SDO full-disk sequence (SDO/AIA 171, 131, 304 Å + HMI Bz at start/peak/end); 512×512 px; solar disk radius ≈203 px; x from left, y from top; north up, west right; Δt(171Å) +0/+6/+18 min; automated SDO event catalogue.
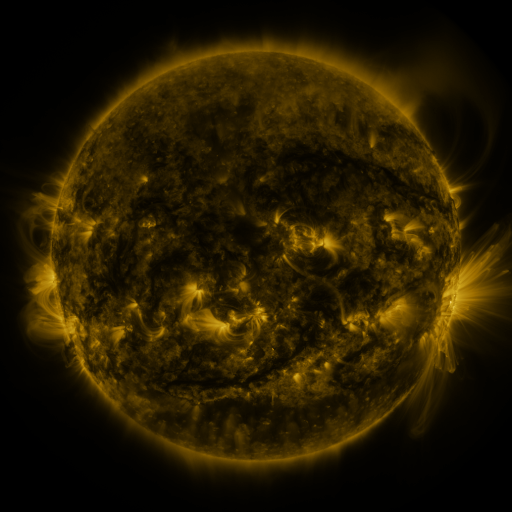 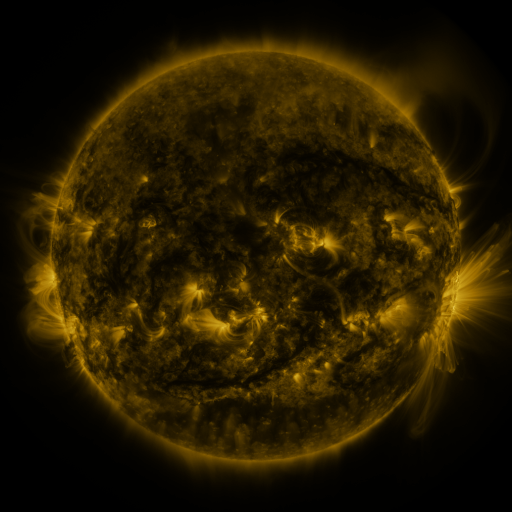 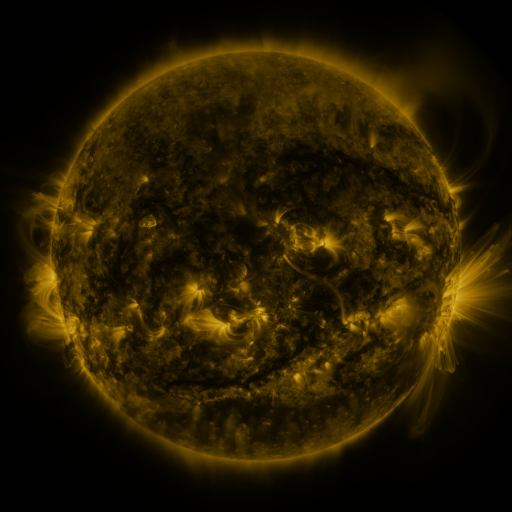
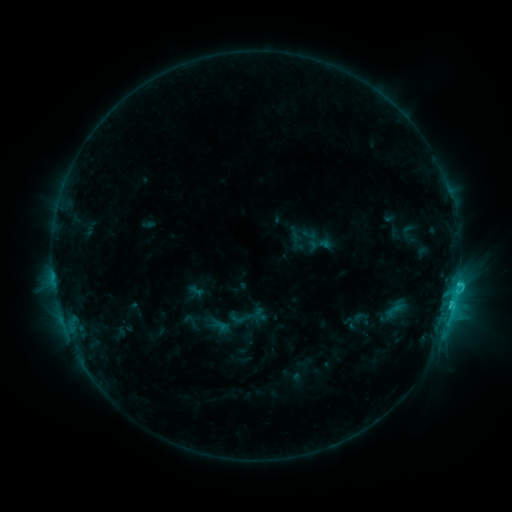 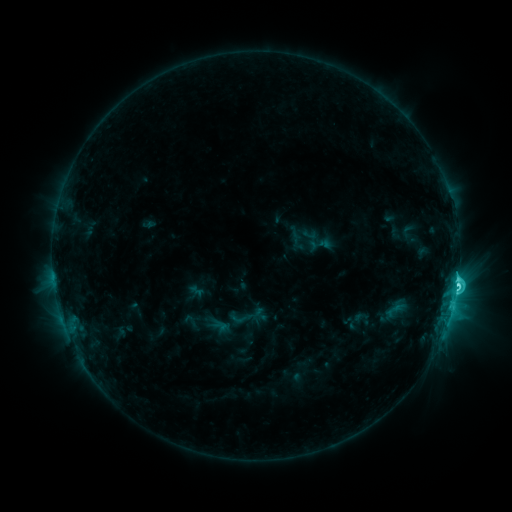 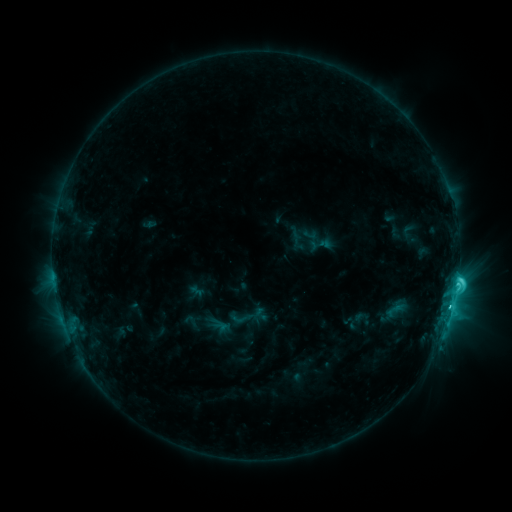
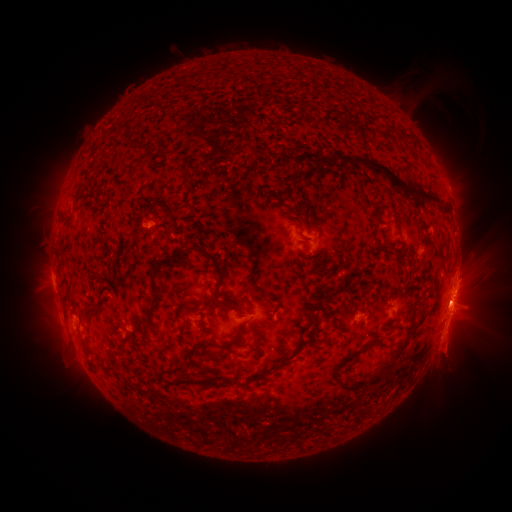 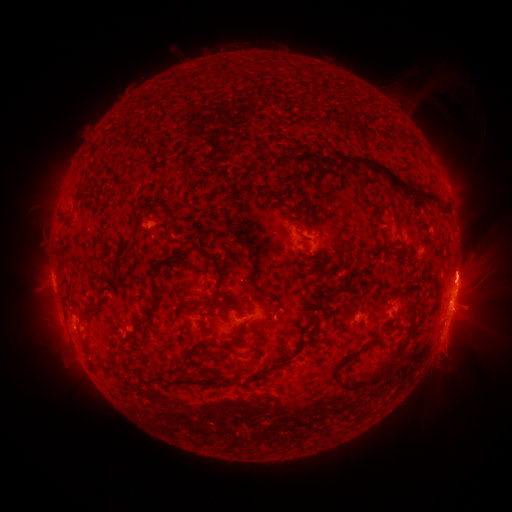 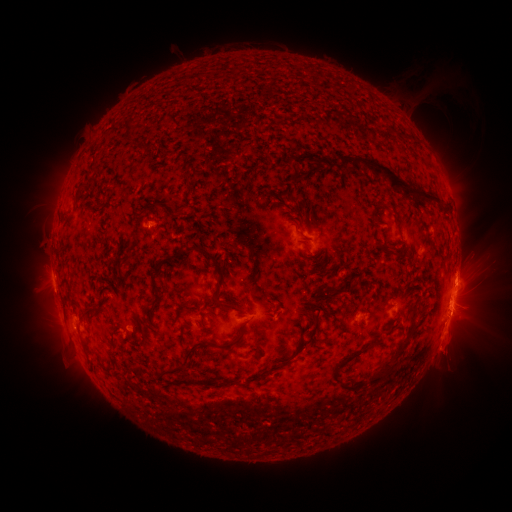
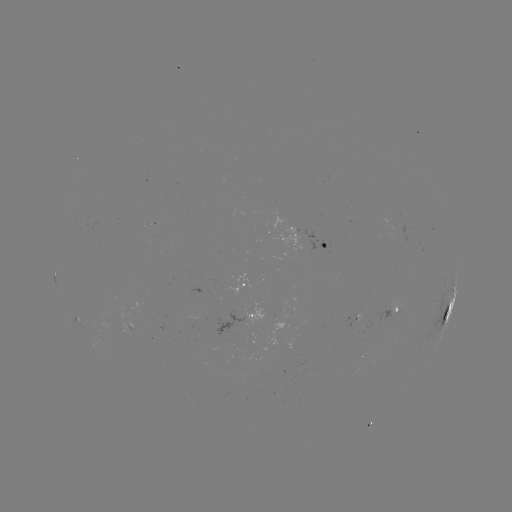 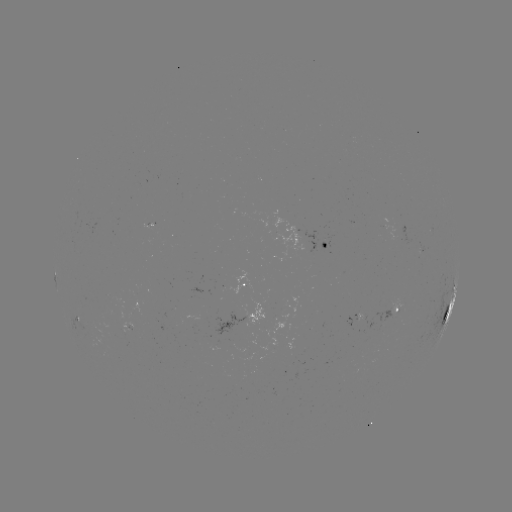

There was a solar flare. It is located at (457, 284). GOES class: C6.8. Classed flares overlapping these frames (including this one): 1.